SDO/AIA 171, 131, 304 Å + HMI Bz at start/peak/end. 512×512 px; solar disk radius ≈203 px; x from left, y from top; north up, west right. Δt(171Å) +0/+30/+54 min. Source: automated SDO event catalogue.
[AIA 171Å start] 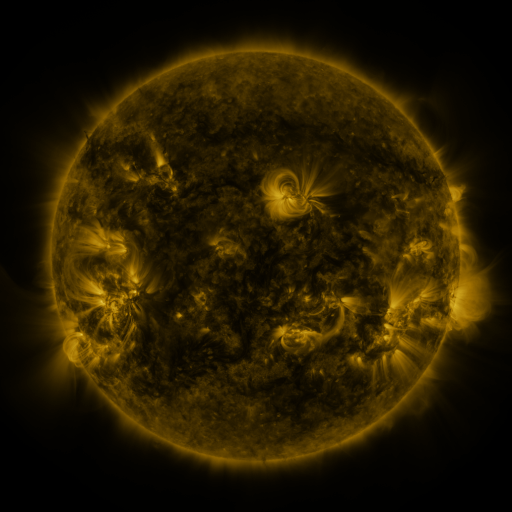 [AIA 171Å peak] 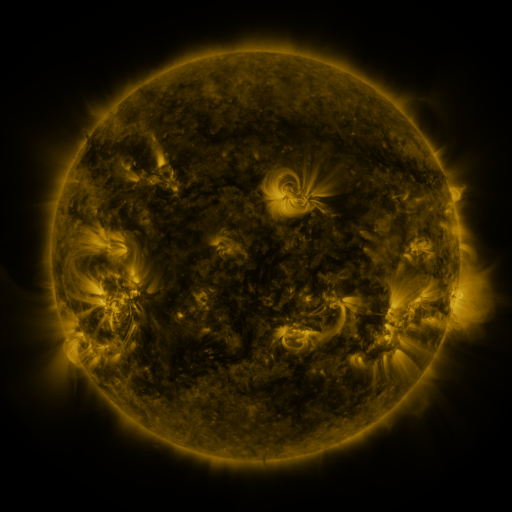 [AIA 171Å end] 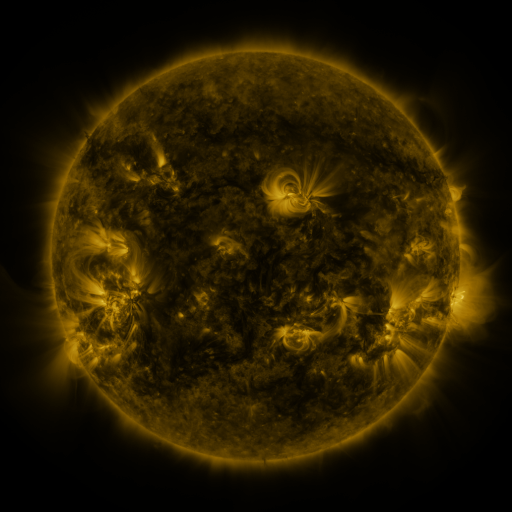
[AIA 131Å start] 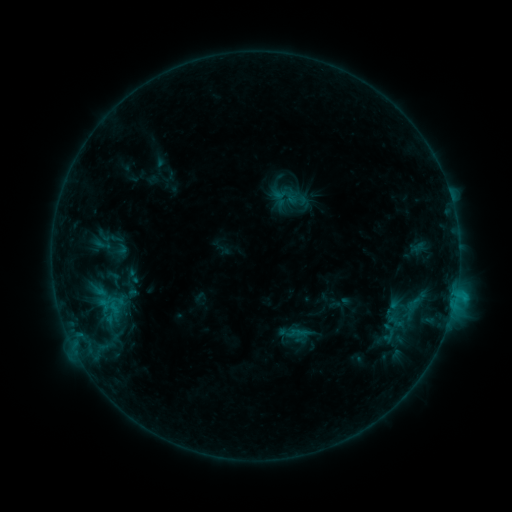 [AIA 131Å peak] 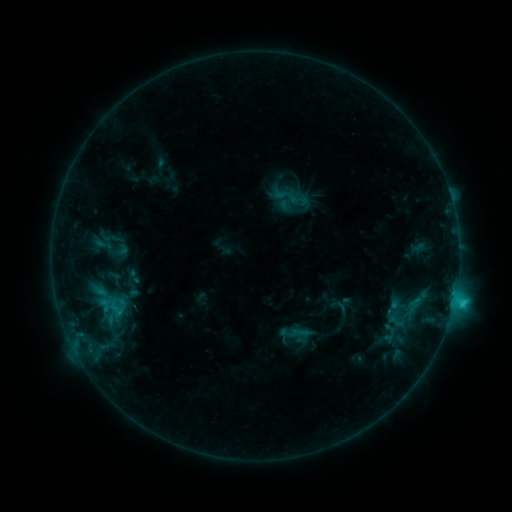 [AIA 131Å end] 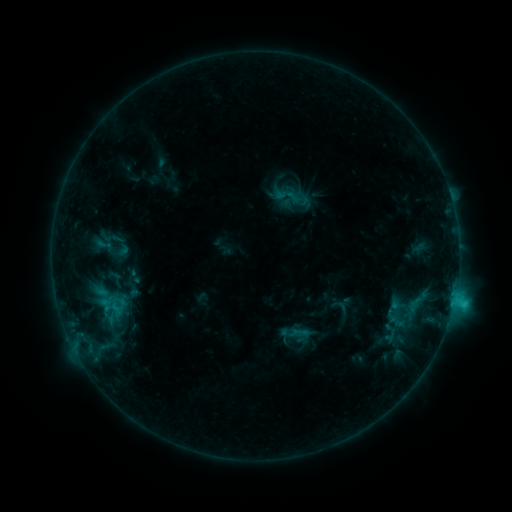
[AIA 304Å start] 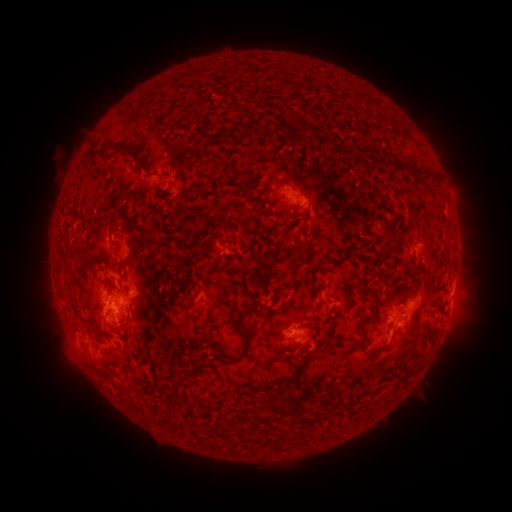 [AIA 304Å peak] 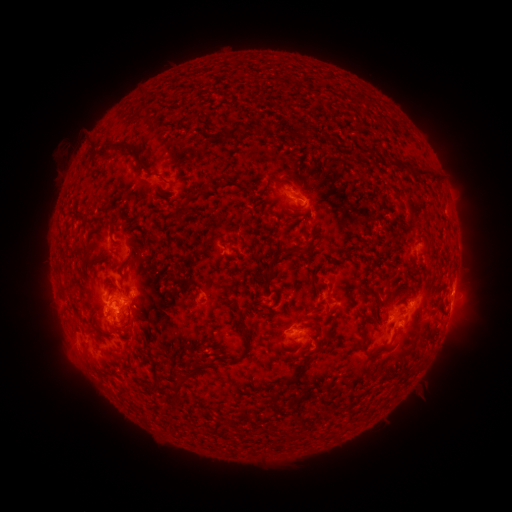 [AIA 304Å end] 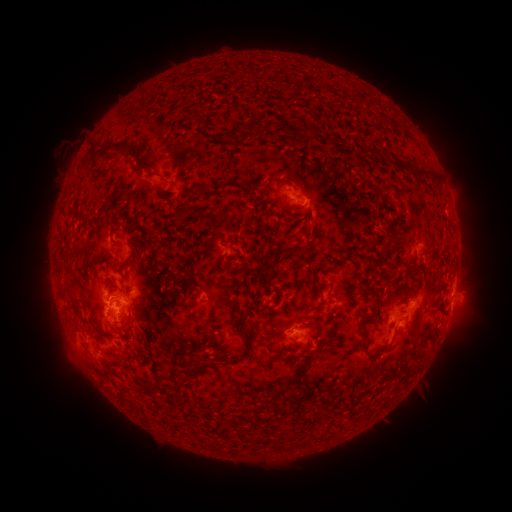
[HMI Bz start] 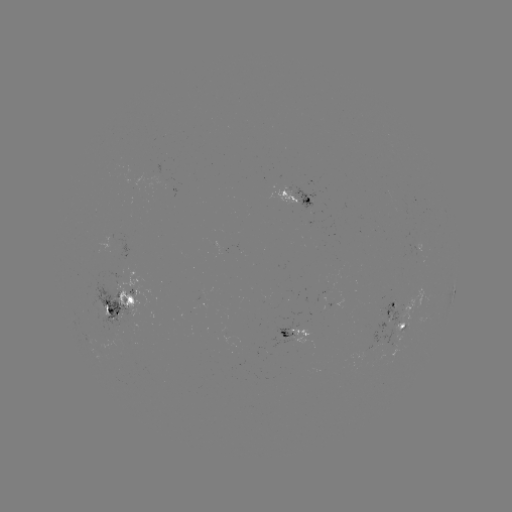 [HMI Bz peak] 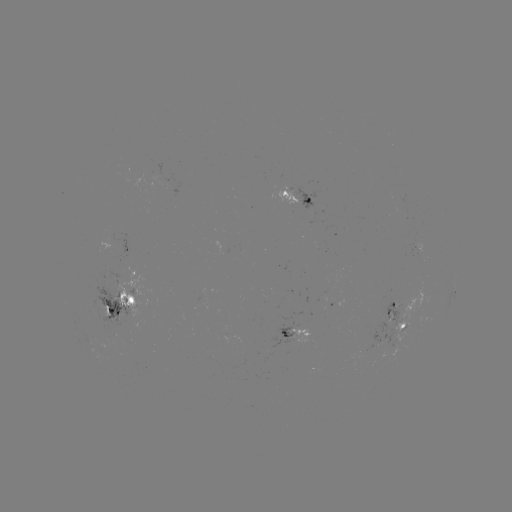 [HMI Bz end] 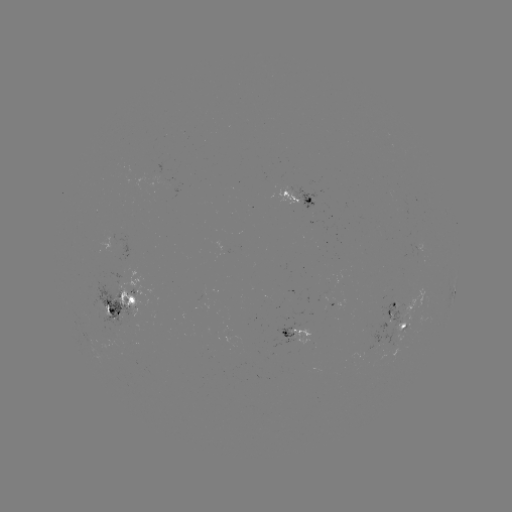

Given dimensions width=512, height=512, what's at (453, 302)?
C2.5 flare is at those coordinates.